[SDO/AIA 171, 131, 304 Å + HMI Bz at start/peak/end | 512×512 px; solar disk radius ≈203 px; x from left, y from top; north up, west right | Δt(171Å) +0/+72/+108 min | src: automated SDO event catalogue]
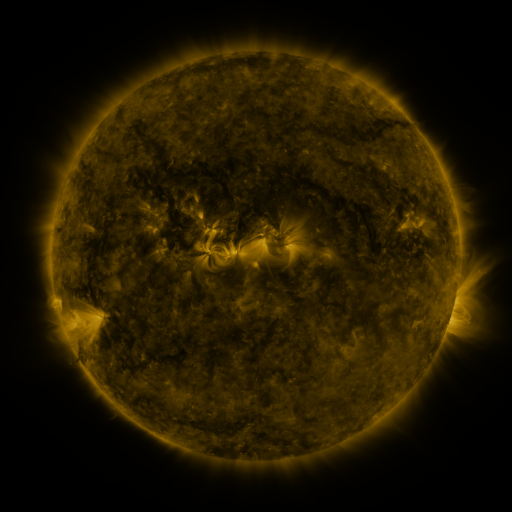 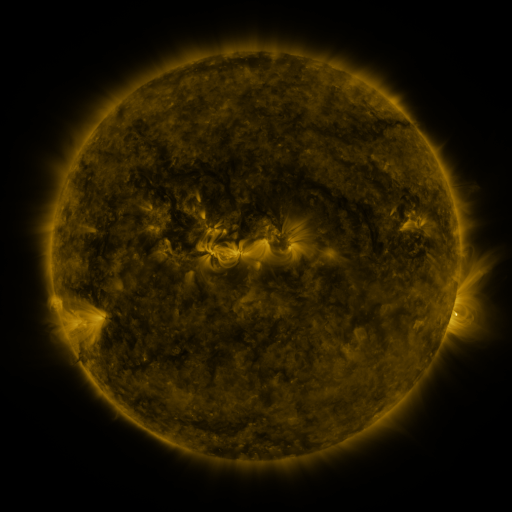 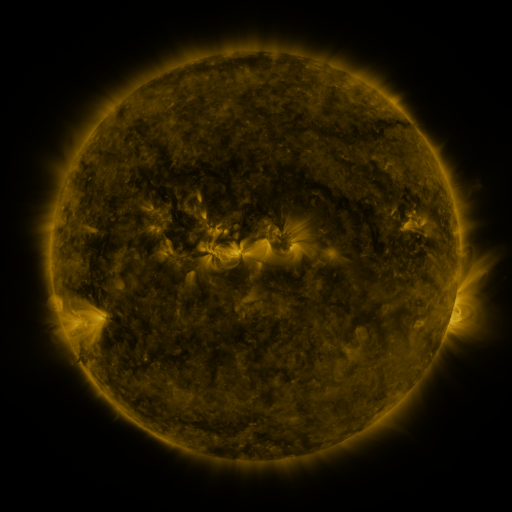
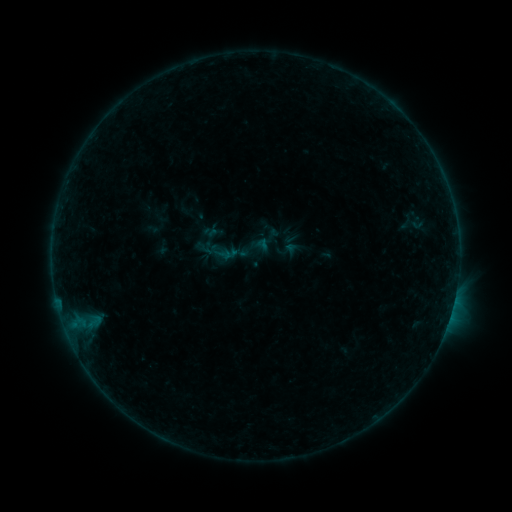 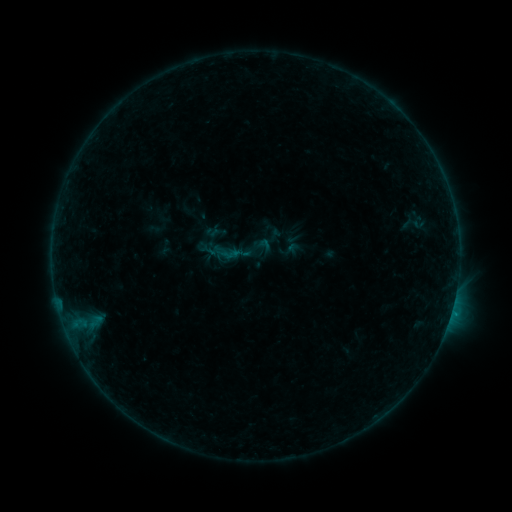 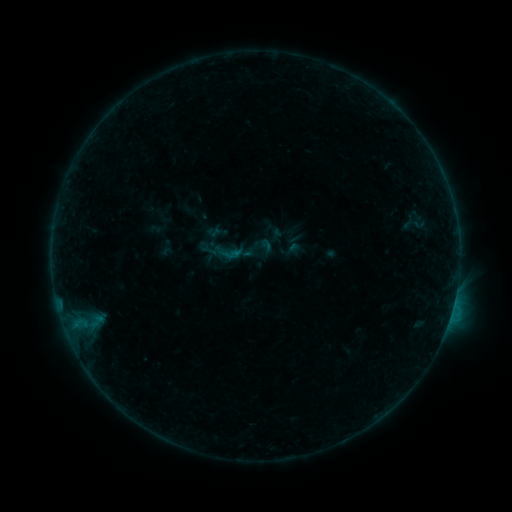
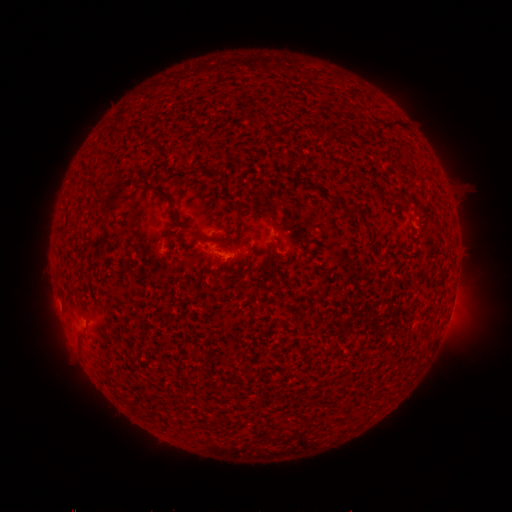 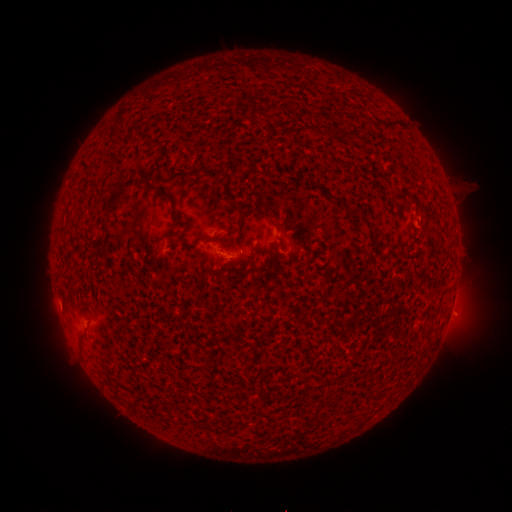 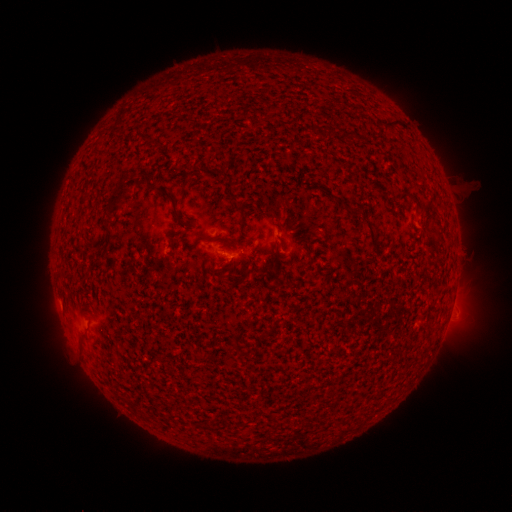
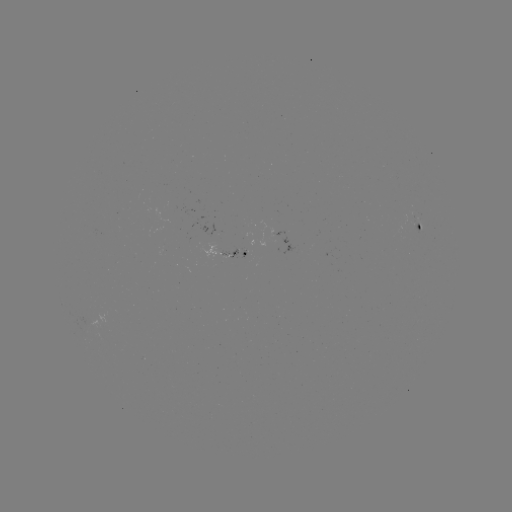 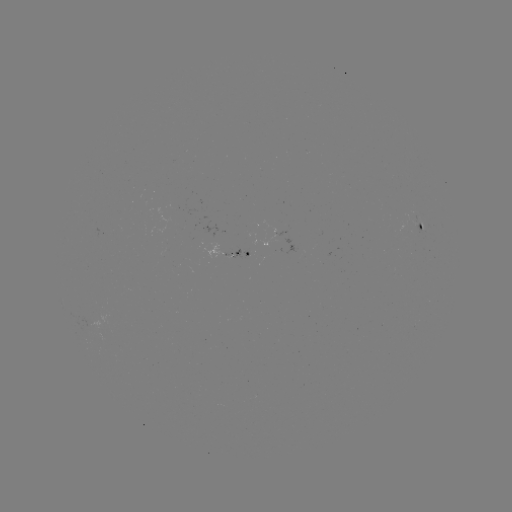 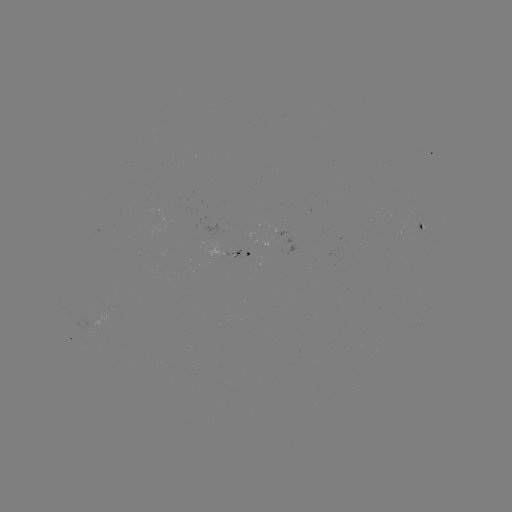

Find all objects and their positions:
emerging-flux region: (248, 253)
